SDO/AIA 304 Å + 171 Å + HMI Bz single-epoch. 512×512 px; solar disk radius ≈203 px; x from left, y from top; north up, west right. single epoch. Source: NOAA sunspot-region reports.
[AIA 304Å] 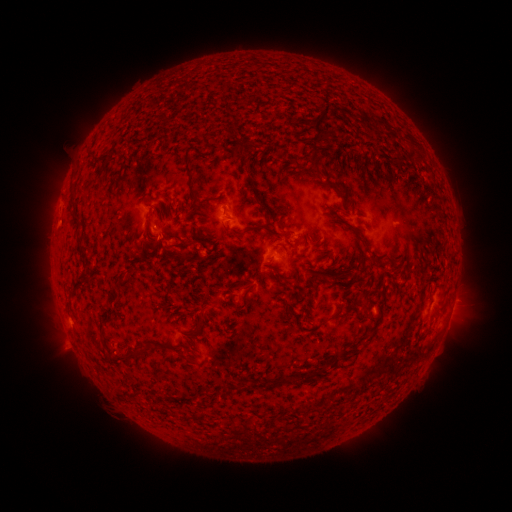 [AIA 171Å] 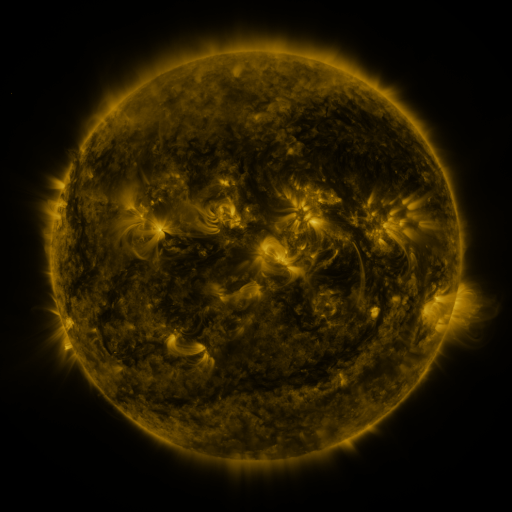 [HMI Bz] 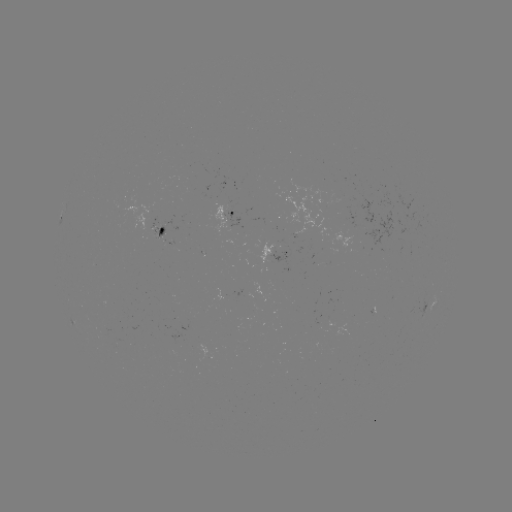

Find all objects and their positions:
spotted active region: (228, 212)
spotted active region: (162, 231)
spotted active region: (291, 251)
spotted active region: (452, 307)
